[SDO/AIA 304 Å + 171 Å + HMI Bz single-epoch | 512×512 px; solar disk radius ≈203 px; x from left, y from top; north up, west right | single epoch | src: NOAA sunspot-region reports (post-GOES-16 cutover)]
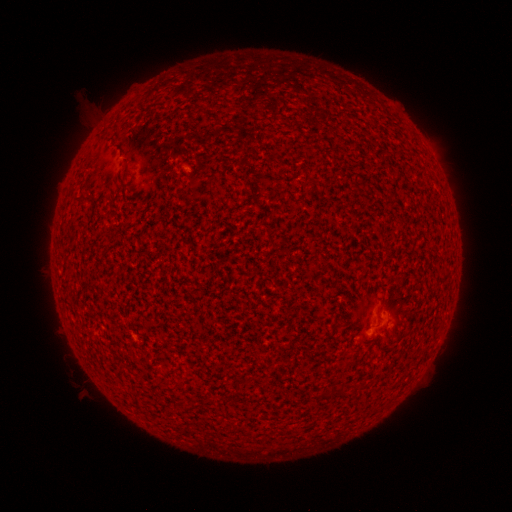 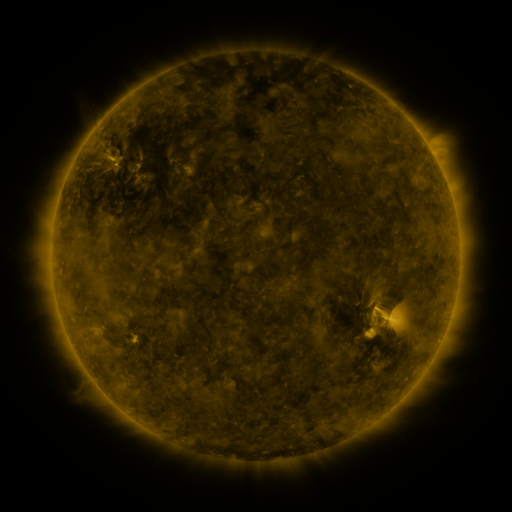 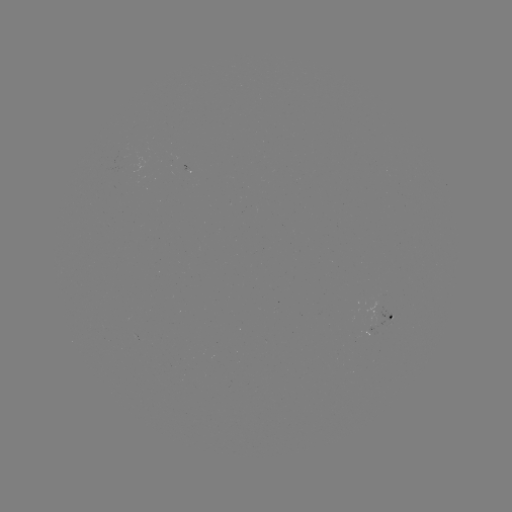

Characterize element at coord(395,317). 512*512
spotted active region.